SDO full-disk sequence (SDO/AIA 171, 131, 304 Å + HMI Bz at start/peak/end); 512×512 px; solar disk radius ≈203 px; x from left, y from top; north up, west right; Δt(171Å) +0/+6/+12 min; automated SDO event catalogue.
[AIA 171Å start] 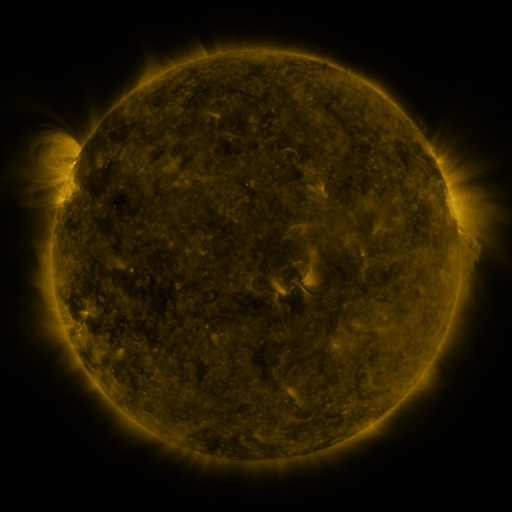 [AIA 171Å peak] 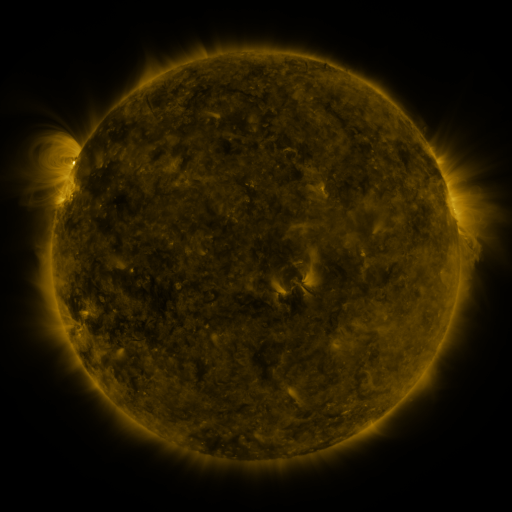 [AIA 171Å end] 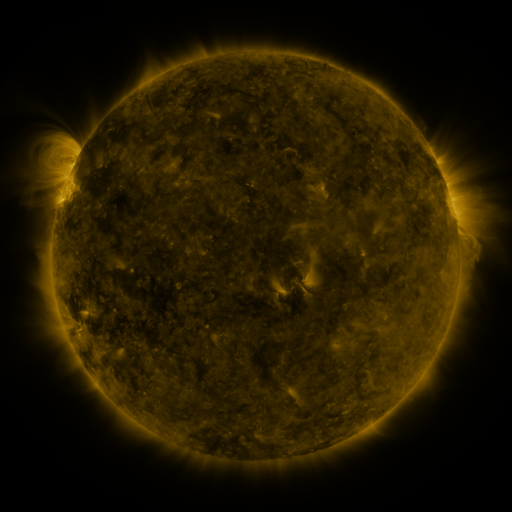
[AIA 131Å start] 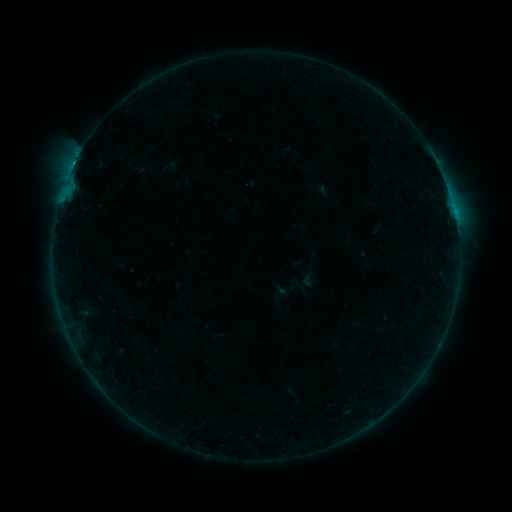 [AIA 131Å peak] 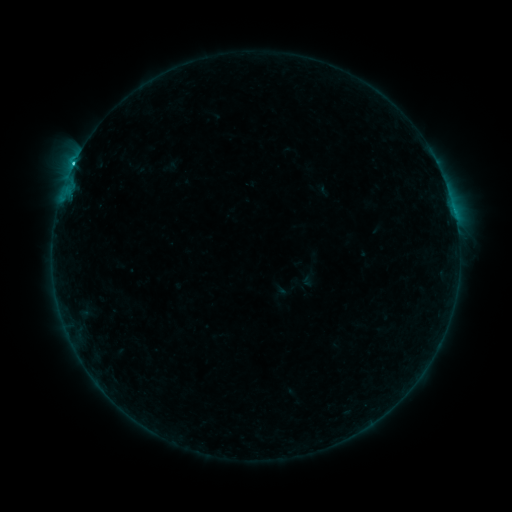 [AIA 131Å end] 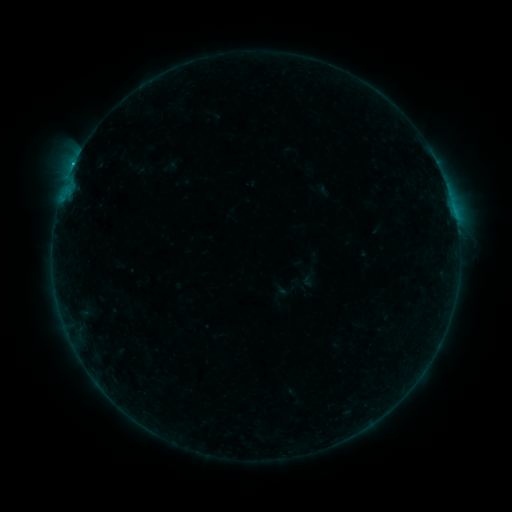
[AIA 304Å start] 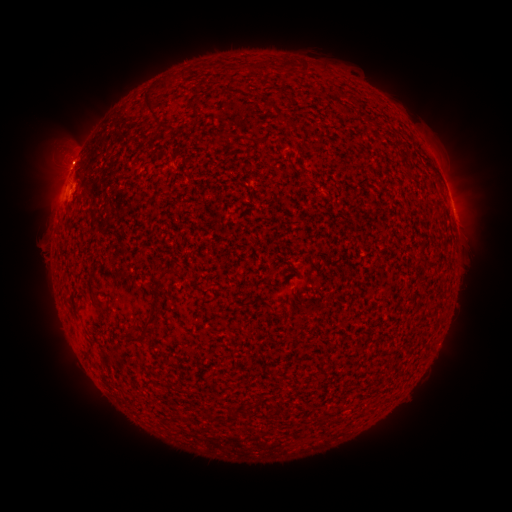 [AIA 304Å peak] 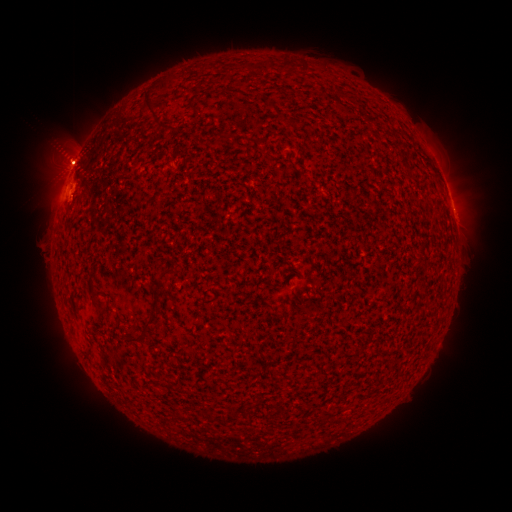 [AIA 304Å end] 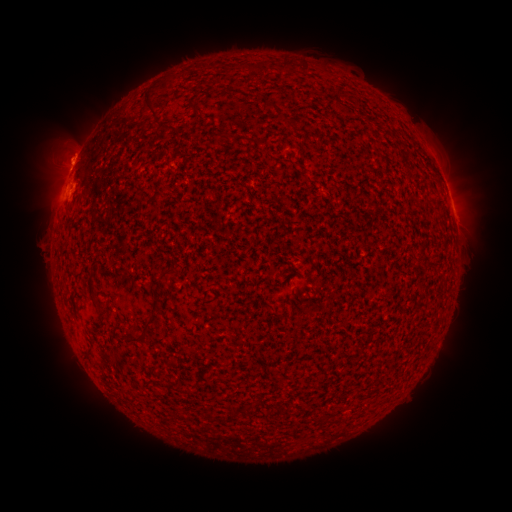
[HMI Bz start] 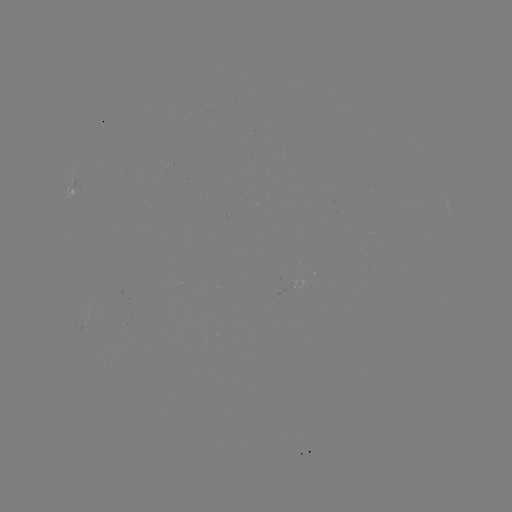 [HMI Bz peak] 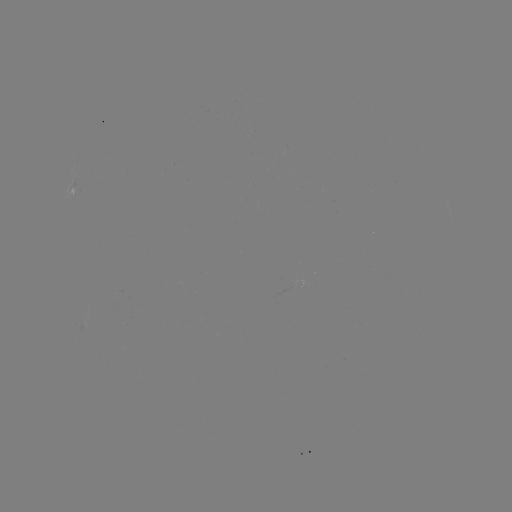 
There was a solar flare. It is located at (249, 452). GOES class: C1.4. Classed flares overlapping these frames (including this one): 1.